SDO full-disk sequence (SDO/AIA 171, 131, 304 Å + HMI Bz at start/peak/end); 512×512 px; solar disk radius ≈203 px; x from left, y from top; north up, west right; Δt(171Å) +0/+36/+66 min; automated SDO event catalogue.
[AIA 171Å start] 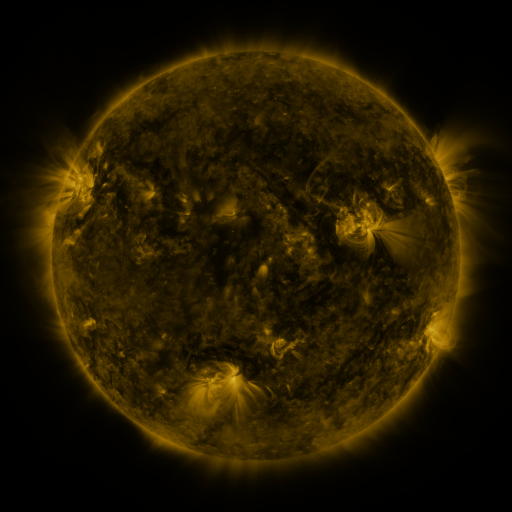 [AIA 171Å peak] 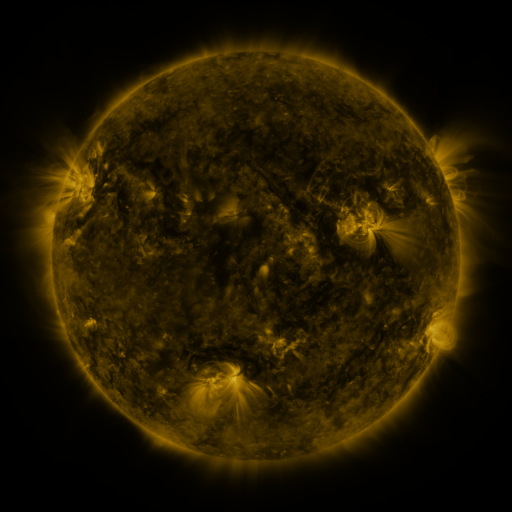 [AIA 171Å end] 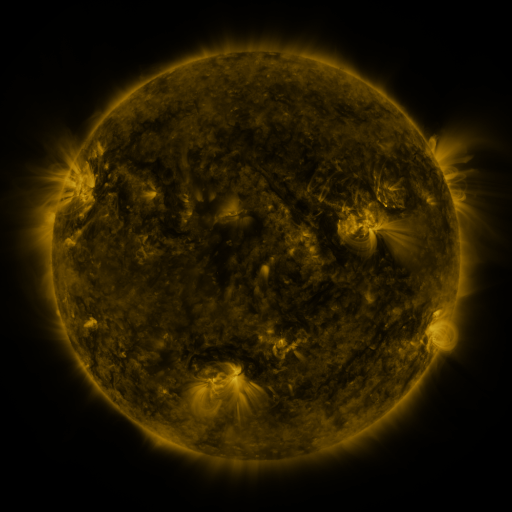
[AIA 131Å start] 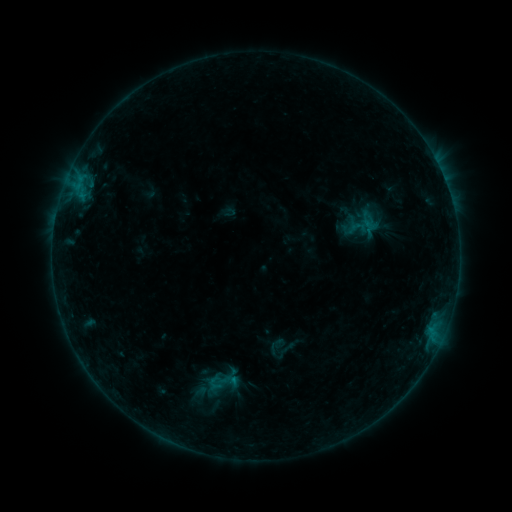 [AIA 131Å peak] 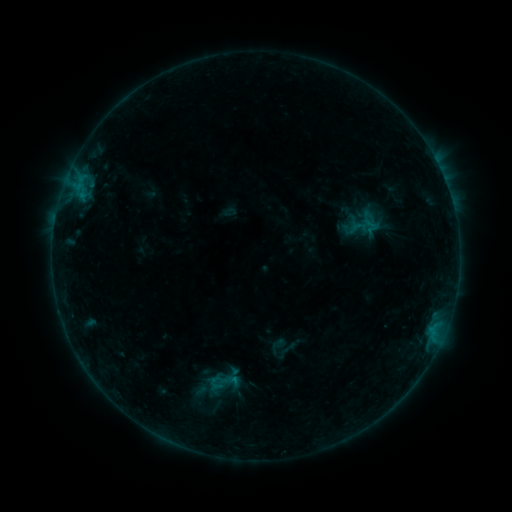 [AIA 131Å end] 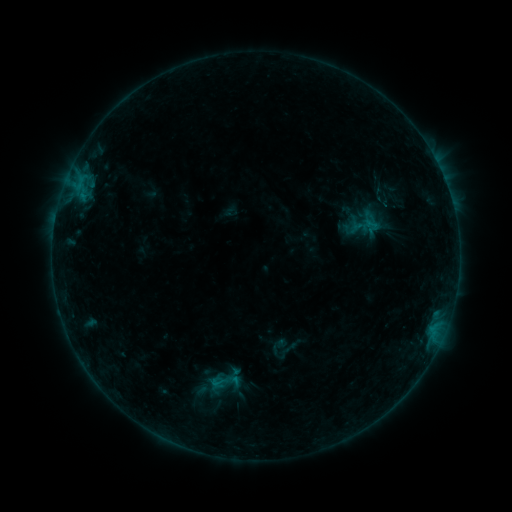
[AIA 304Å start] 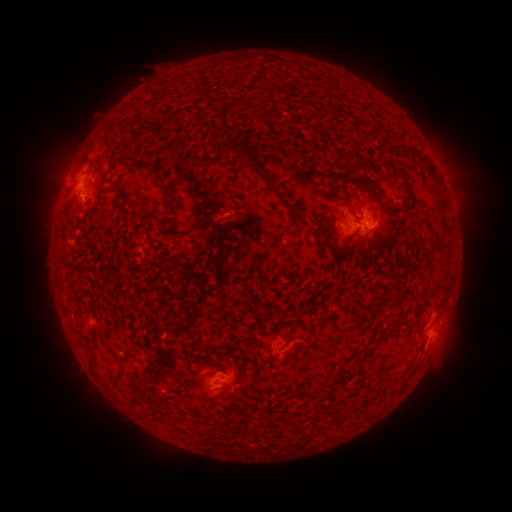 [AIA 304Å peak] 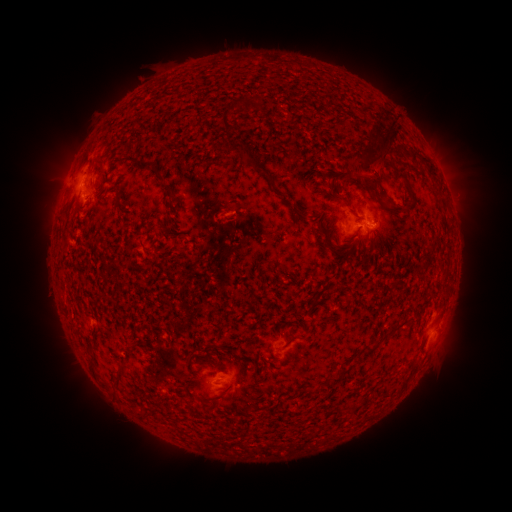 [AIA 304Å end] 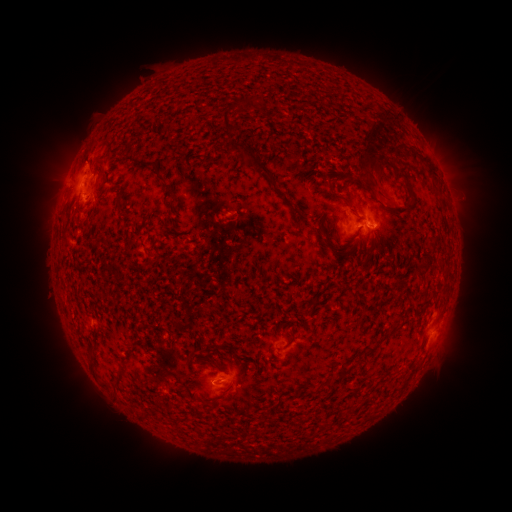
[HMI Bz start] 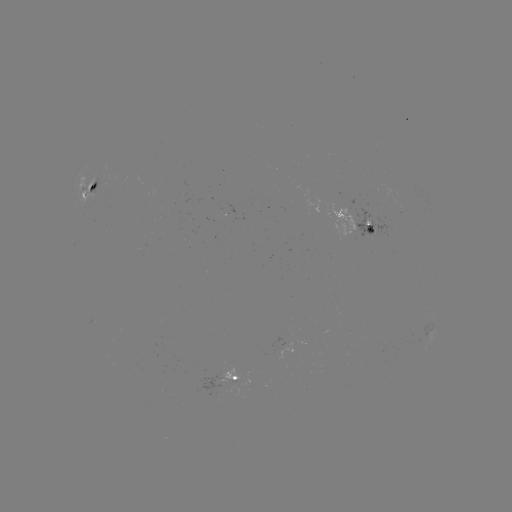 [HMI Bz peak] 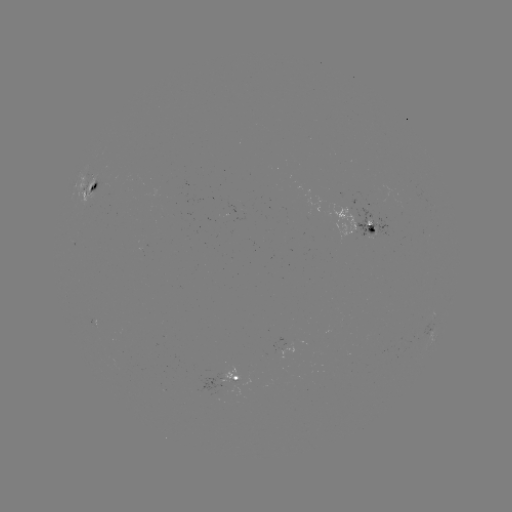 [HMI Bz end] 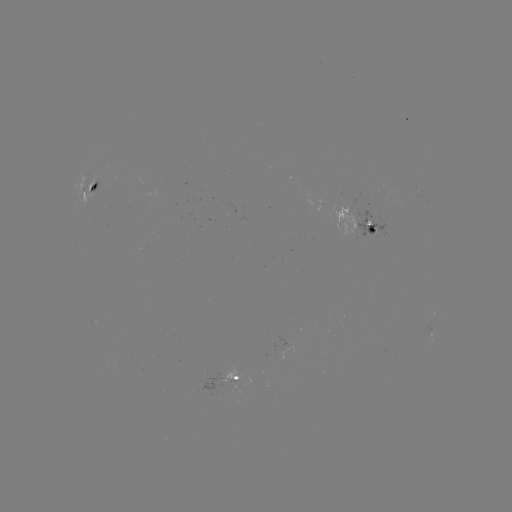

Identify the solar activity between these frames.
eruption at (377, 167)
